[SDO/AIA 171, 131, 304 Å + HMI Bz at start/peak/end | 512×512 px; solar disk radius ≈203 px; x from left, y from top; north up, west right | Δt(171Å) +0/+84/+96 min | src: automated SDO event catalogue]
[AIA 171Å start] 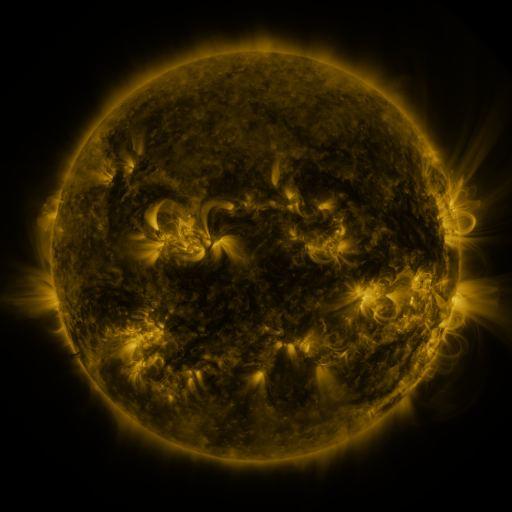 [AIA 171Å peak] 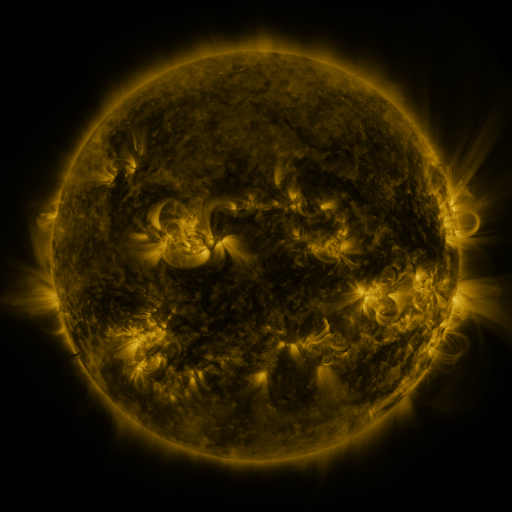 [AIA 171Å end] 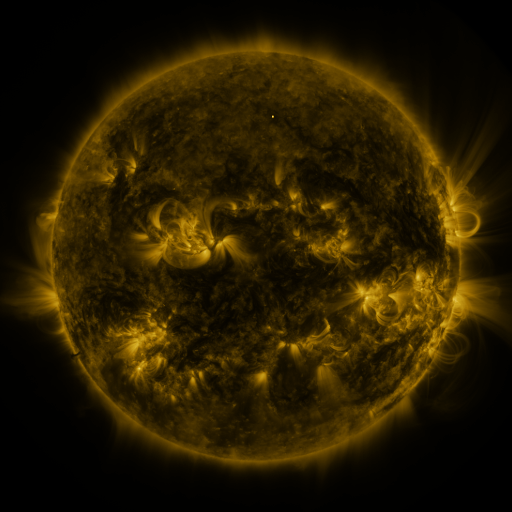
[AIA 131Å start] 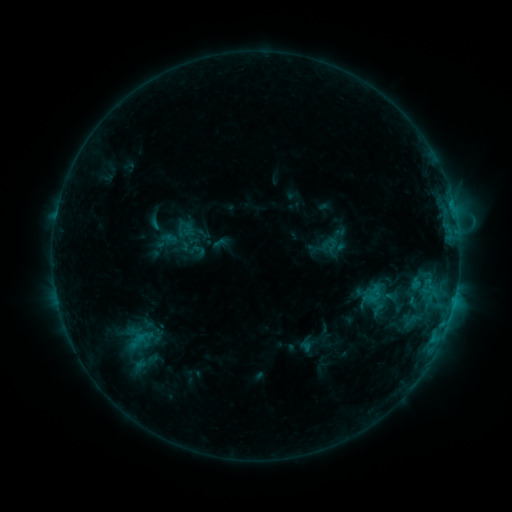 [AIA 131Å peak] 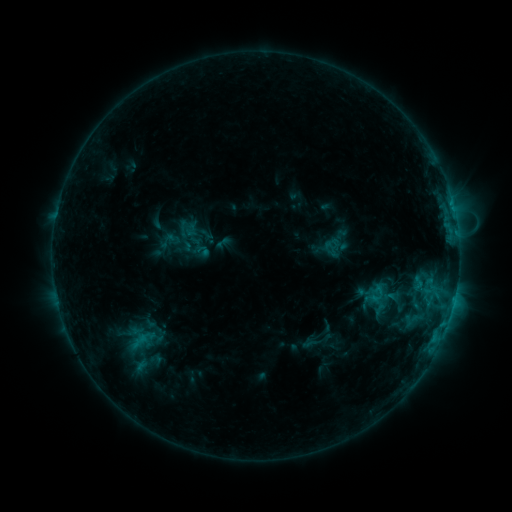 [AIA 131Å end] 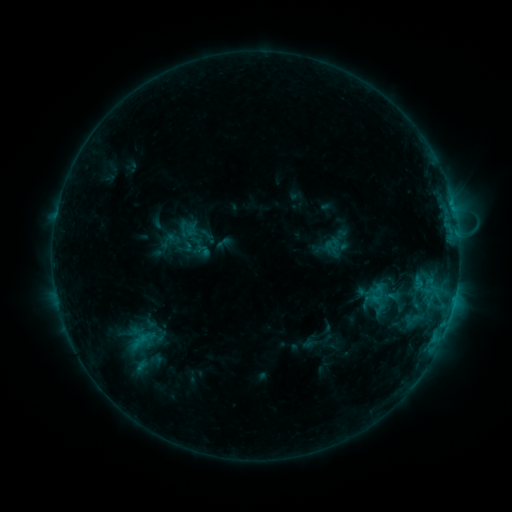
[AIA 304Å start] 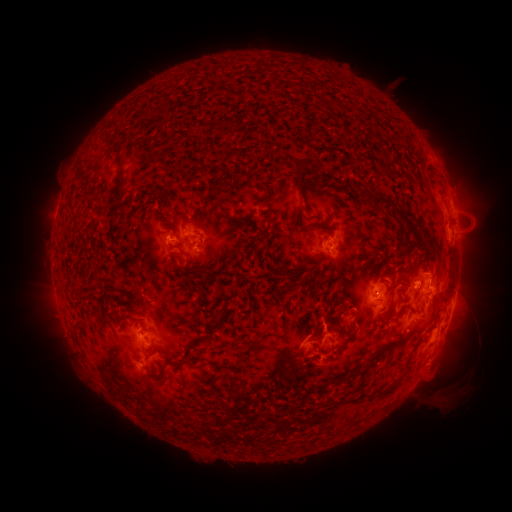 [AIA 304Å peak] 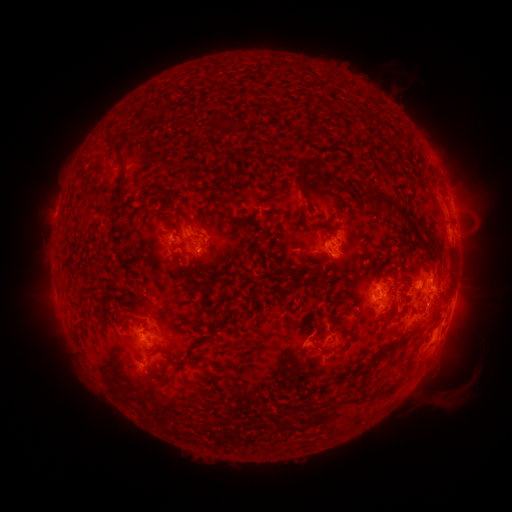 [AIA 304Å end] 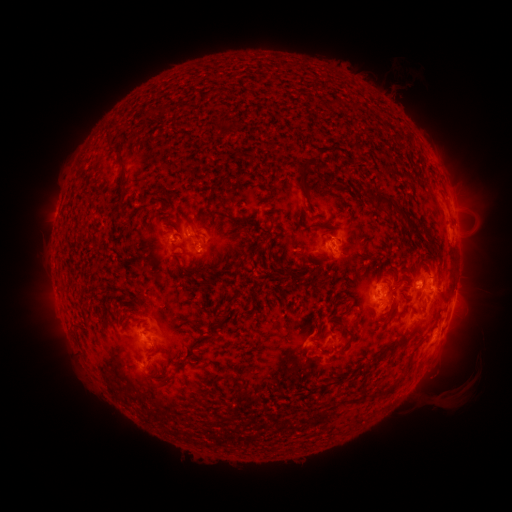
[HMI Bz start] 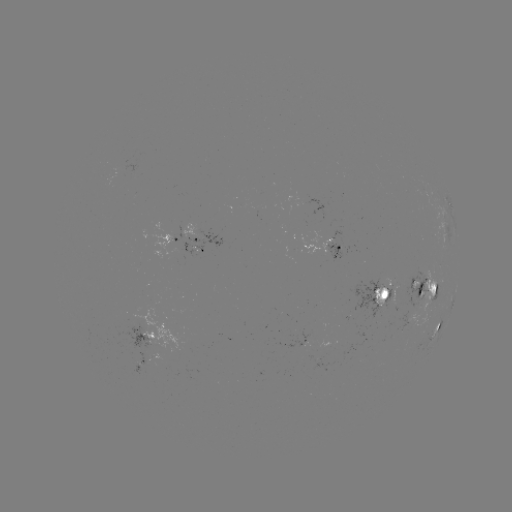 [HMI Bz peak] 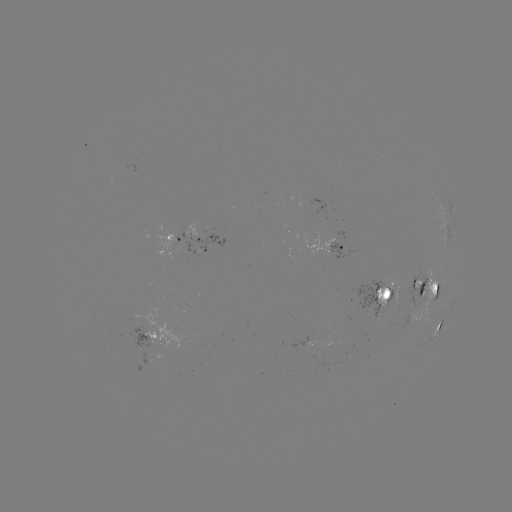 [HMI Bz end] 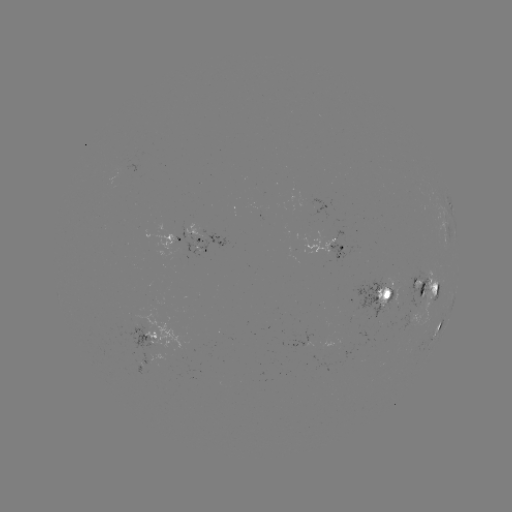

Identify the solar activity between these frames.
emerging-flux region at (337, 245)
